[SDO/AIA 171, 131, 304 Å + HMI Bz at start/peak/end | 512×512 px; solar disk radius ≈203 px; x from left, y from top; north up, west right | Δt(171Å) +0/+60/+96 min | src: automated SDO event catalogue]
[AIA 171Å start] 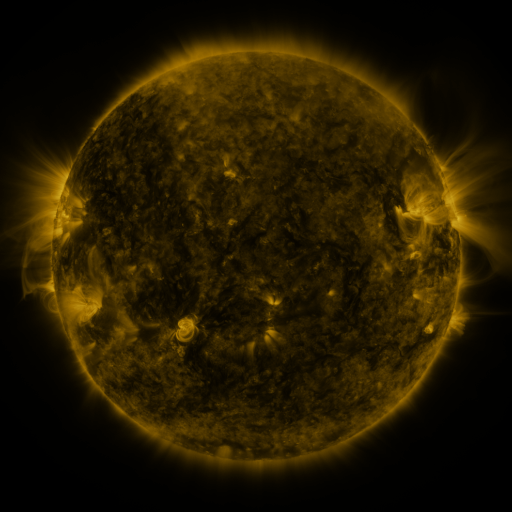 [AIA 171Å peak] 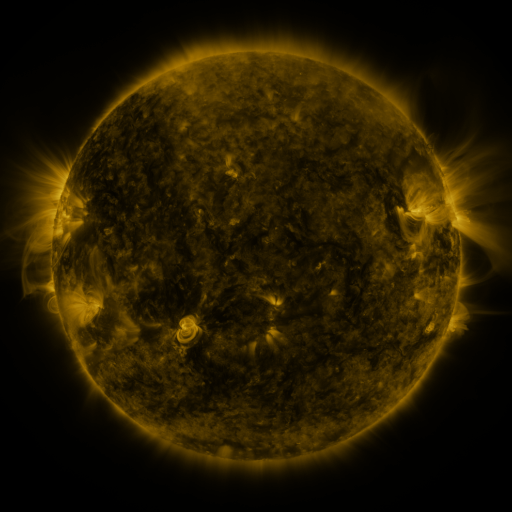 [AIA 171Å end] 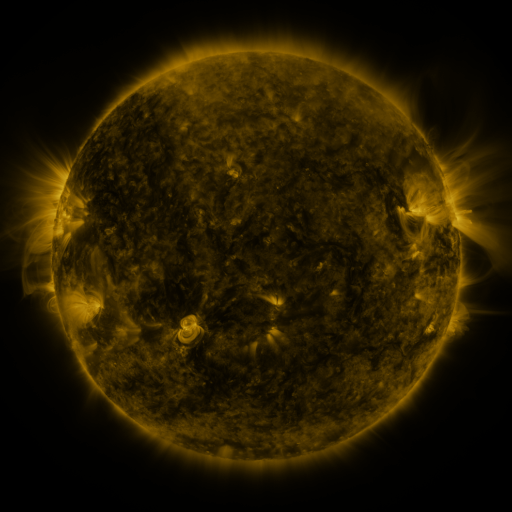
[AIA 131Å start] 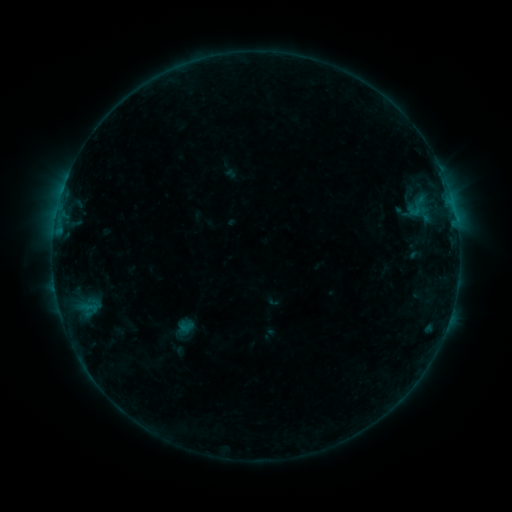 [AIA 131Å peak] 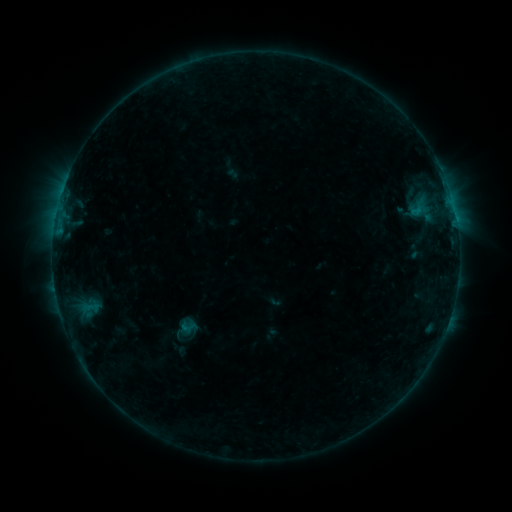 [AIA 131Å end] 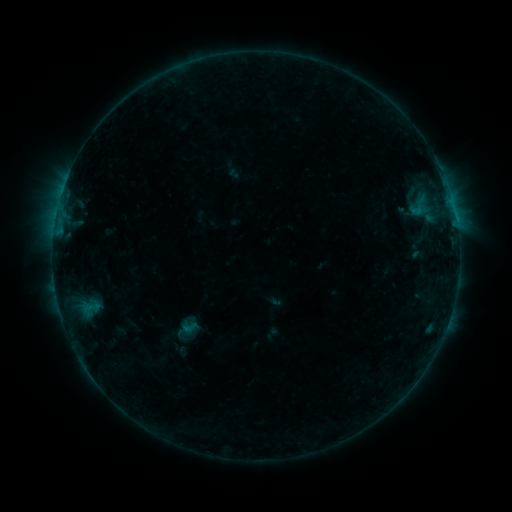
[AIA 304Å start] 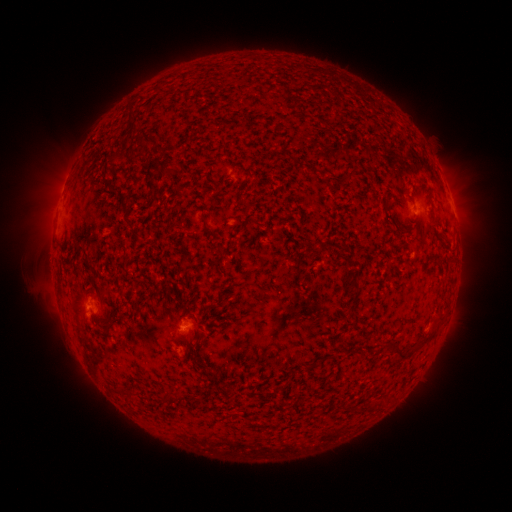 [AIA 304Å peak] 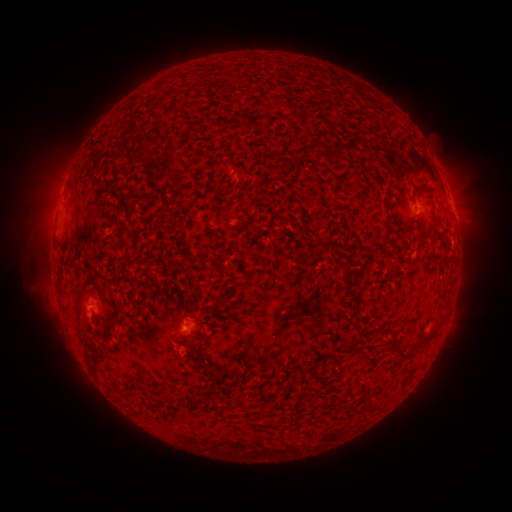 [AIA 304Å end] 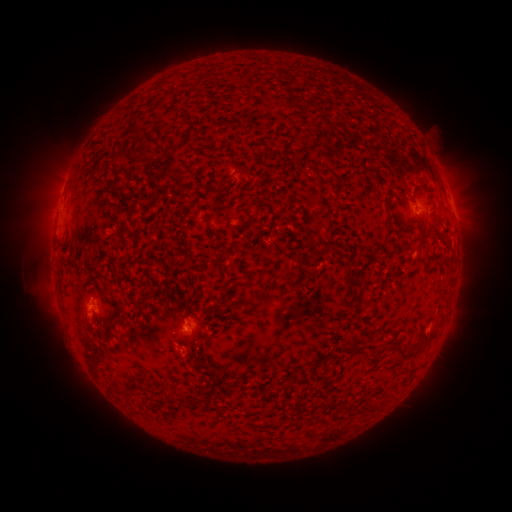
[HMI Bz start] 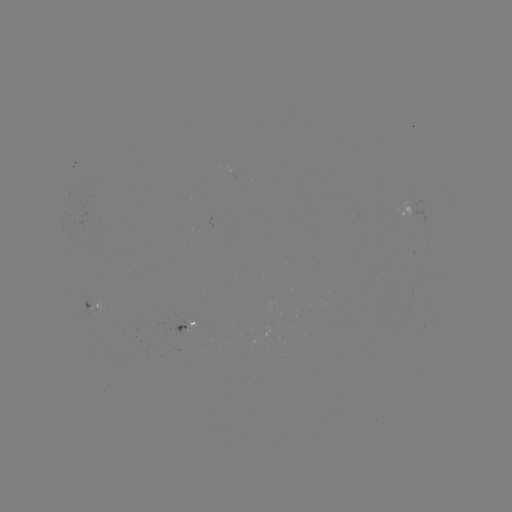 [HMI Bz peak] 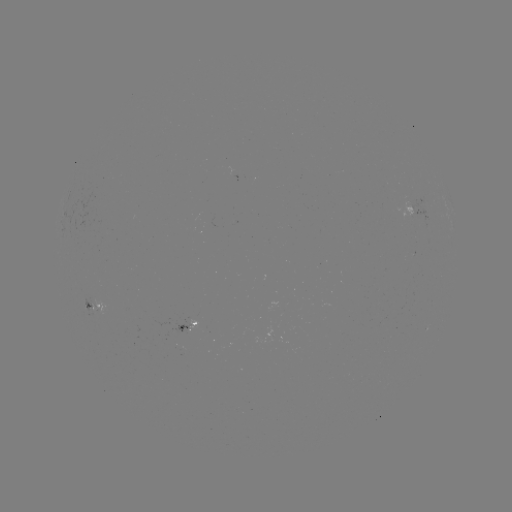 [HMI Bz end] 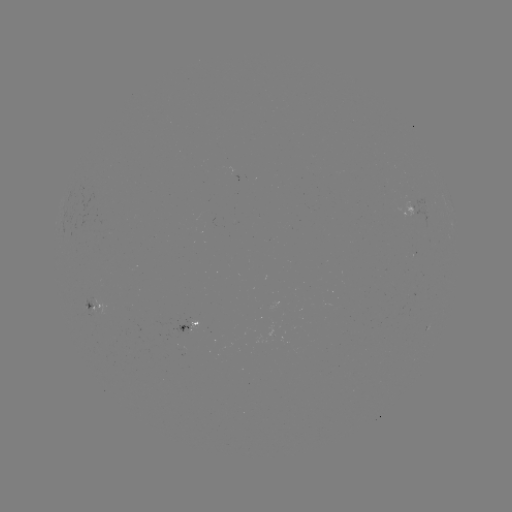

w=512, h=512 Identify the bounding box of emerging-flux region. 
[81, 294, 98, 318].